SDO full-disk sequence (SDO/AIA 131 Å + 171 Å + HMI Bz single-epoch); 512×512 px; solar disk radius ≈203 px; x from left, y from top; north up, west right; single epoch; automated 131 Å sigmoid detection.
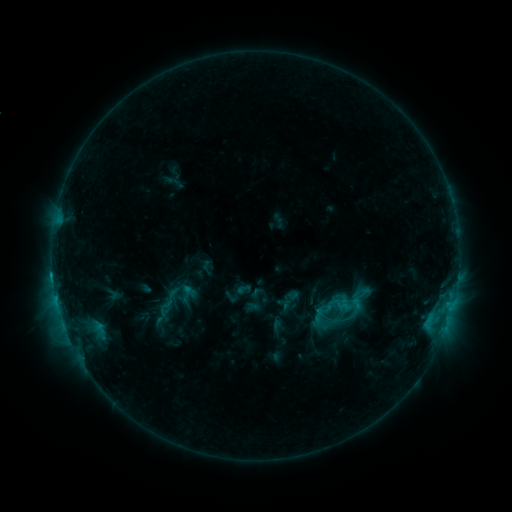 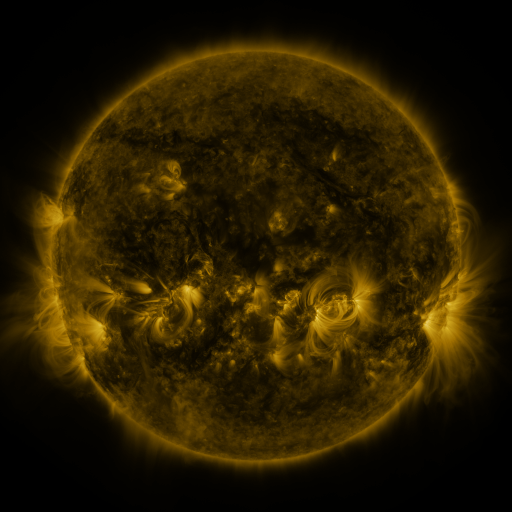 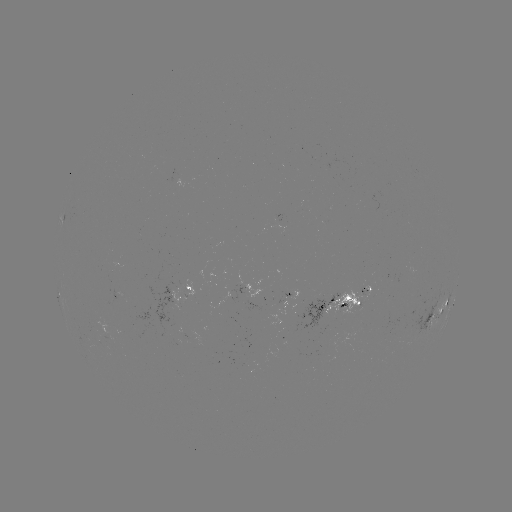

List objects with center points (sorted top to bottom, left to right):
sigmoid: [147, 283, 189, 318]
sigmoid: [310, 307, 327, 325]
